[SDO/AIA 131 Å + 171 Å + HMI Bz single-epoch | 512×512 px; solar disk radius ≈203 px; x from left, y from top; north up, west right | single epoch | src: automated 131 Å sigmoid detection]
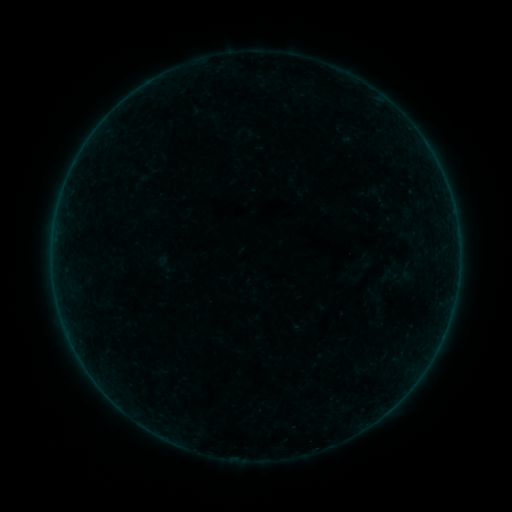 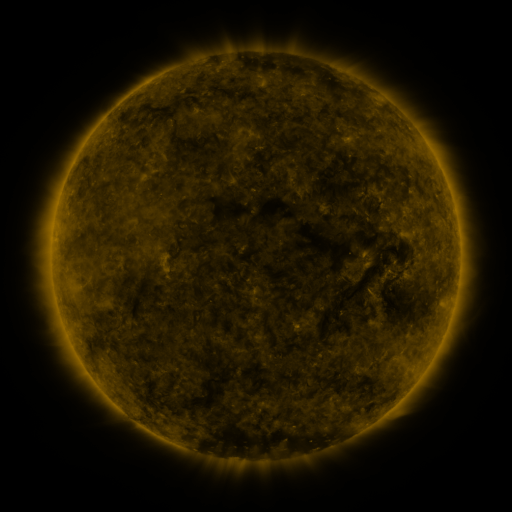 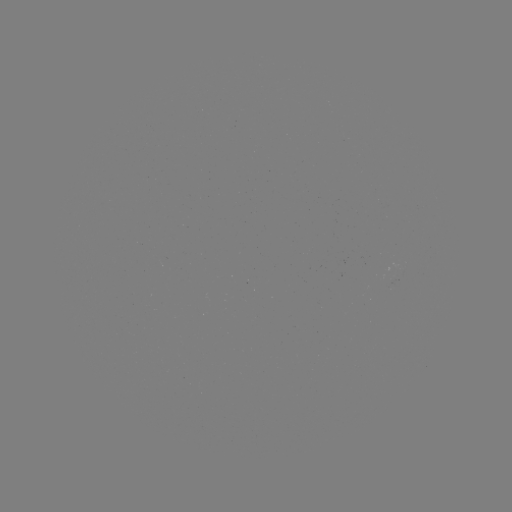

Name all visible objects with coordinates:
sigmoid: (399, 275)
